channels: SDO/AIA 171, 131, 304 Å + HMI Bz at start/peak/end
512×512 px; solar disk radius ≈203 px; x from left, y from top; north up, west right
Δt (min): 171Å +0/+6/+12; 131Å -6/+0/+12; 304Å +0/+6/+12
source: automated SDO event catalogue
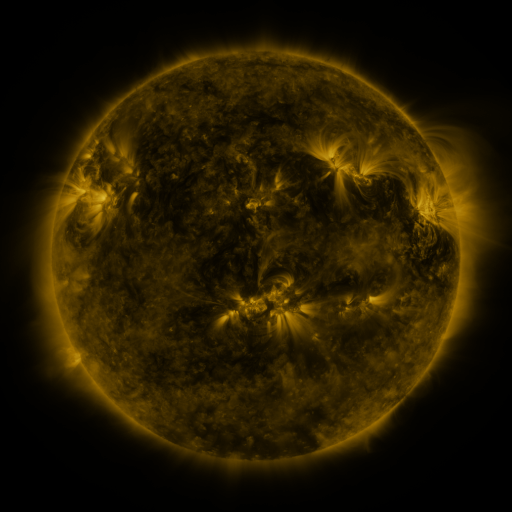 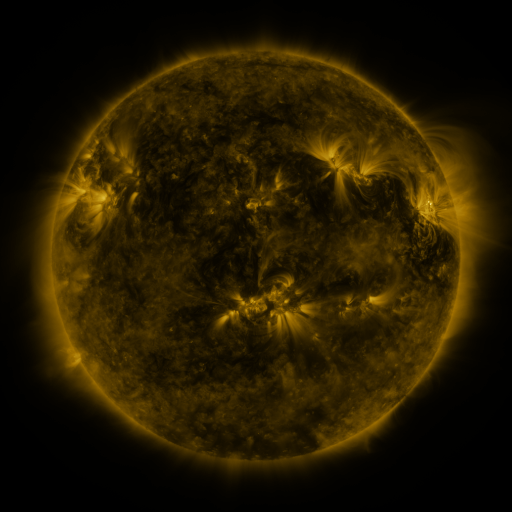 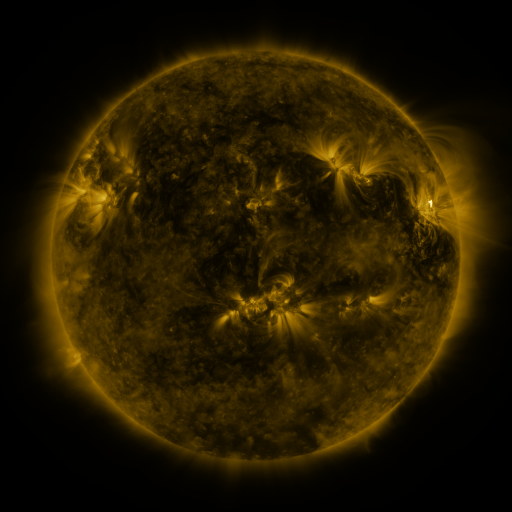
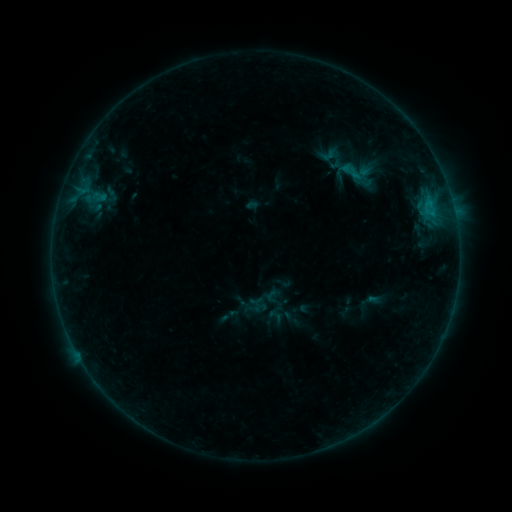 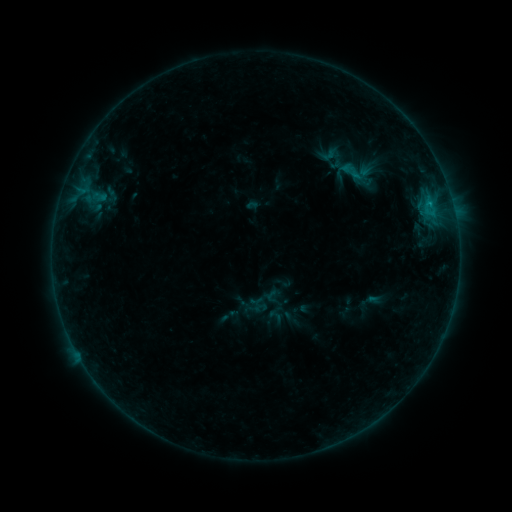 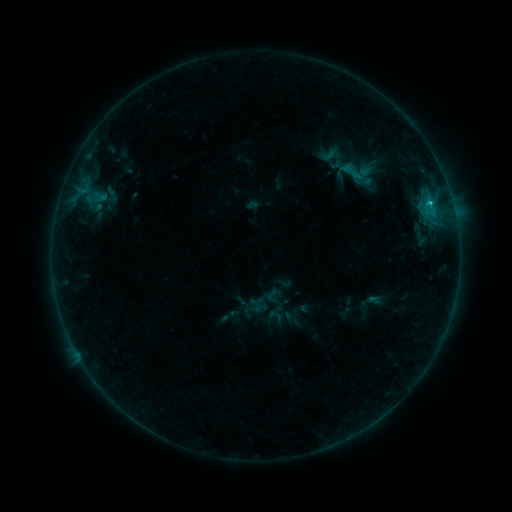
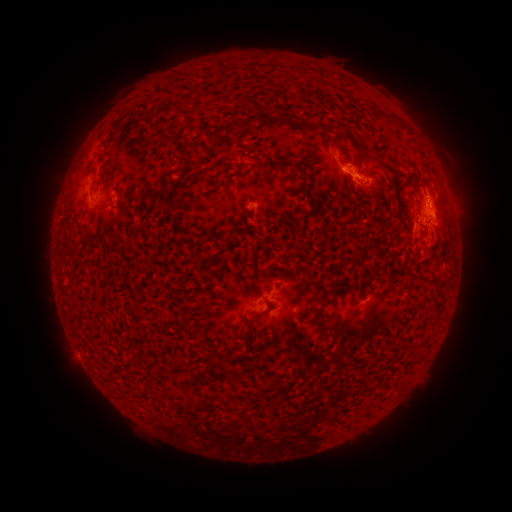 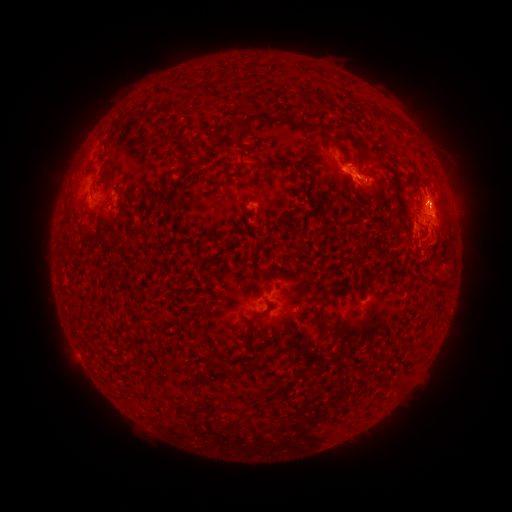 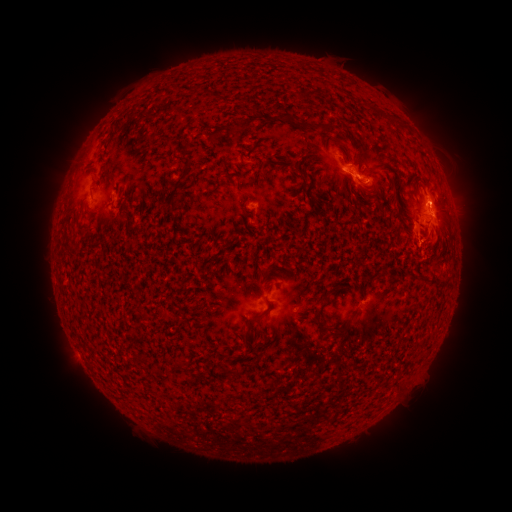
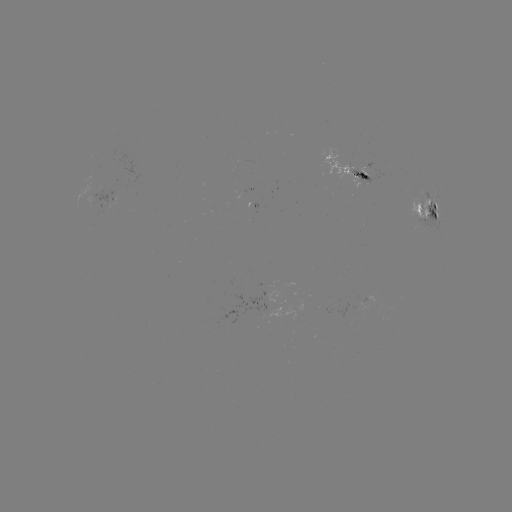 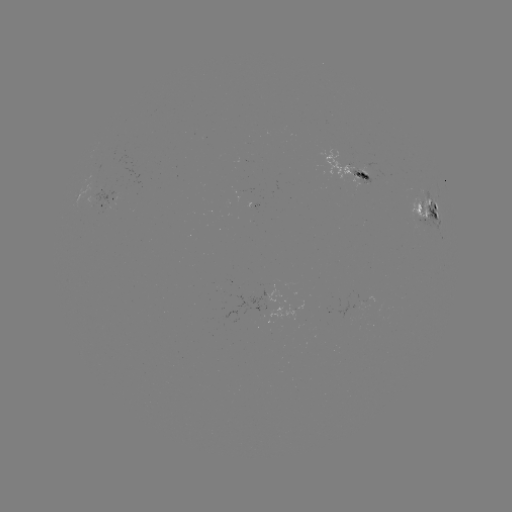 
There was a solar flare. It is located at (429, 204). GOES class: C6.4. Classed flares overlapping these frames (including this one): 1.